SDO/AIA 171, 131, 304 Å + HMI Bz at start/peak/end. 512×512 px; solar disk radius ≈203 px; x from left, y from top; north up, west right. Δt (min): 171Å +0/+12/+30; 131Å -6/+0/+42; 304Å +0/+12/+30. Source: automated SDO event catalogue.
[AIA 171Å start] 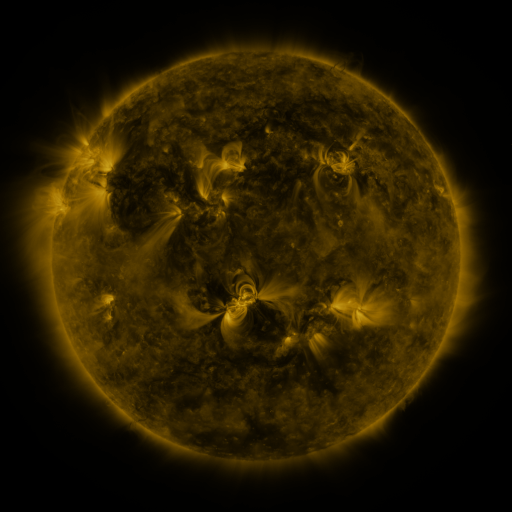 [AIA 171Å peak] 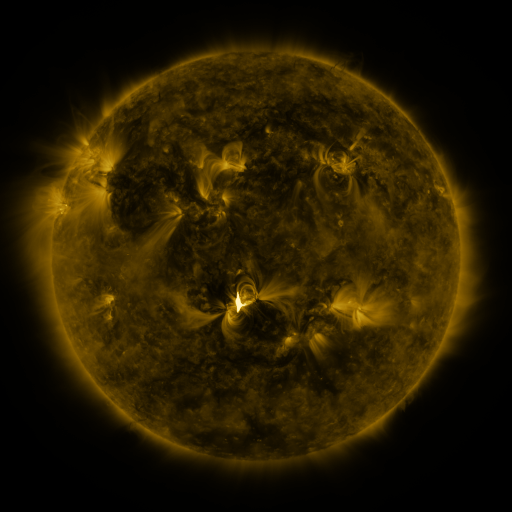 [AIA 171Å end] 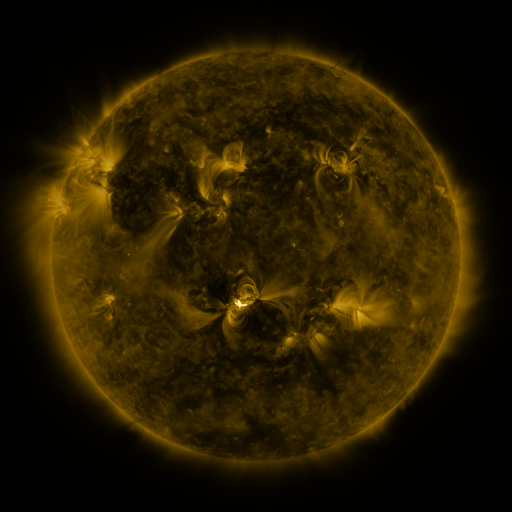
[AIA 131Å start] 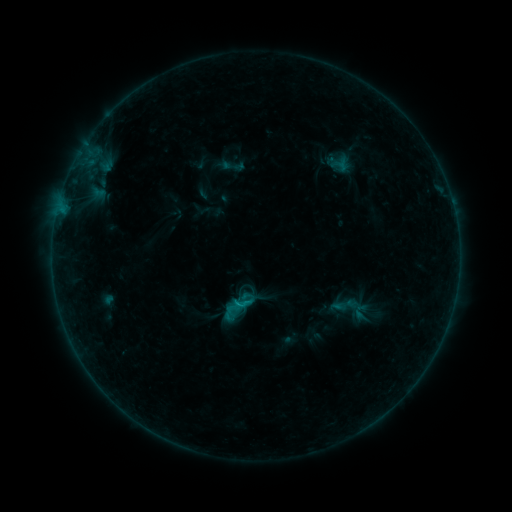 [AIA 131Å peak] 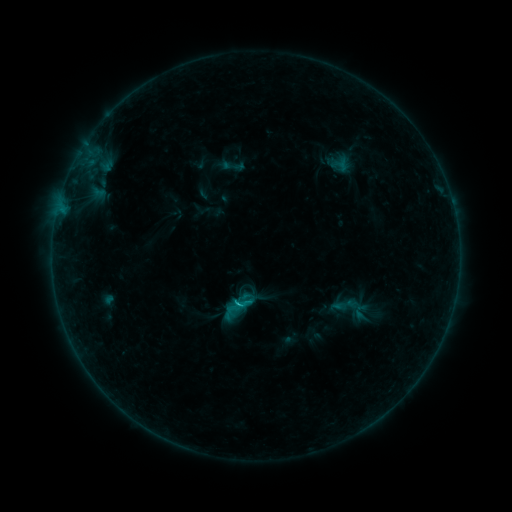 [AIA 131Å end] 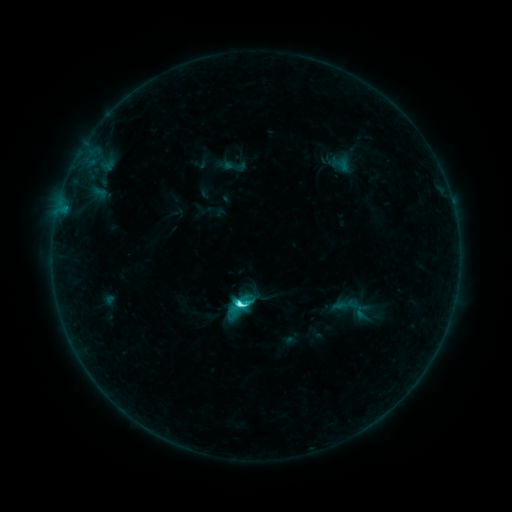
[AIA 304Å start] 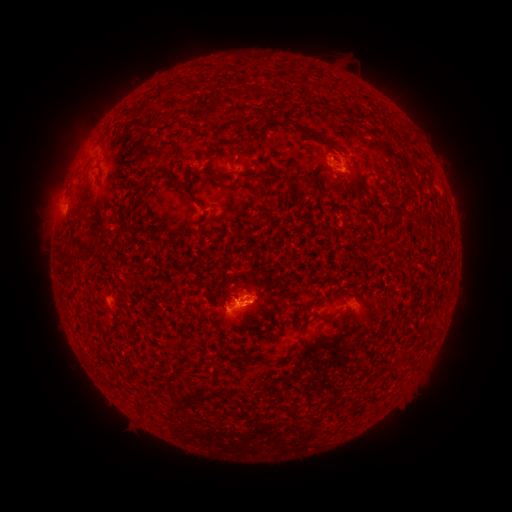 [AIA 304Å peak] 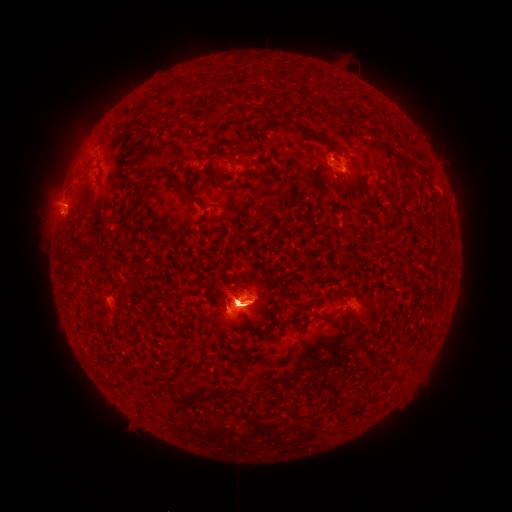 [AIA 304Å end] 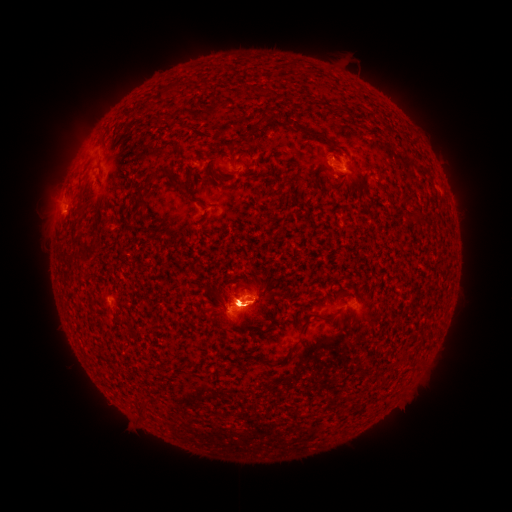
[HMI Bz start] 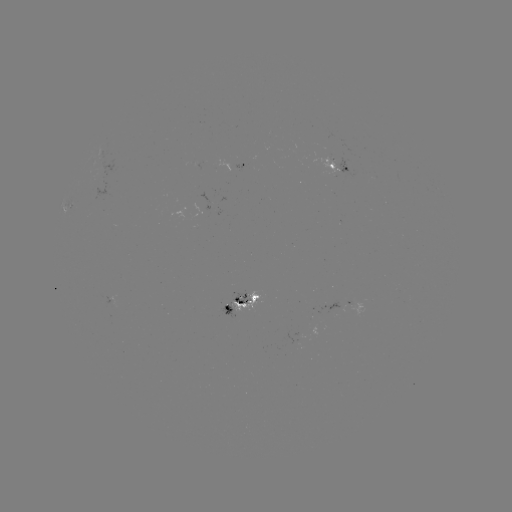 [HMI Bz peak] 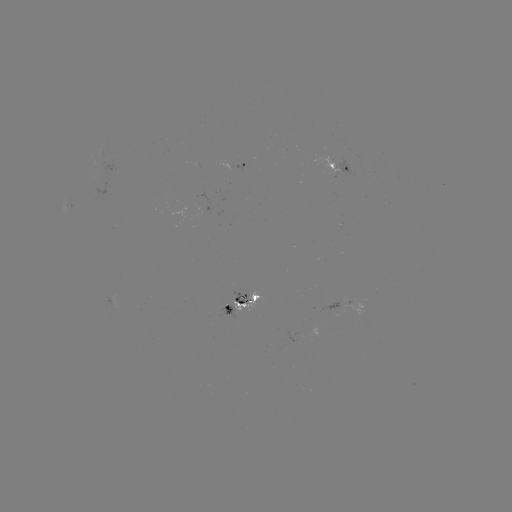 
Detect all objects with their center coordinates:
eruption: (237, 244)
